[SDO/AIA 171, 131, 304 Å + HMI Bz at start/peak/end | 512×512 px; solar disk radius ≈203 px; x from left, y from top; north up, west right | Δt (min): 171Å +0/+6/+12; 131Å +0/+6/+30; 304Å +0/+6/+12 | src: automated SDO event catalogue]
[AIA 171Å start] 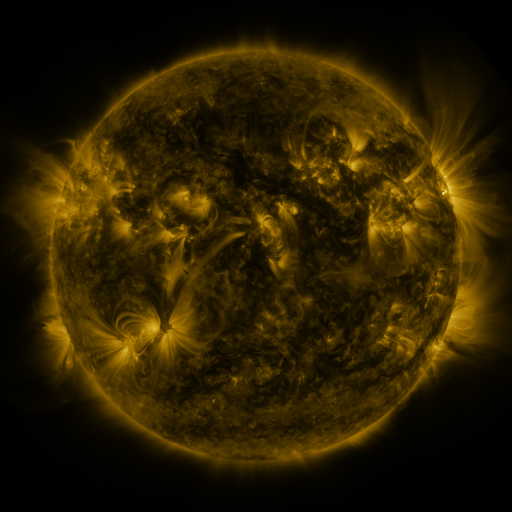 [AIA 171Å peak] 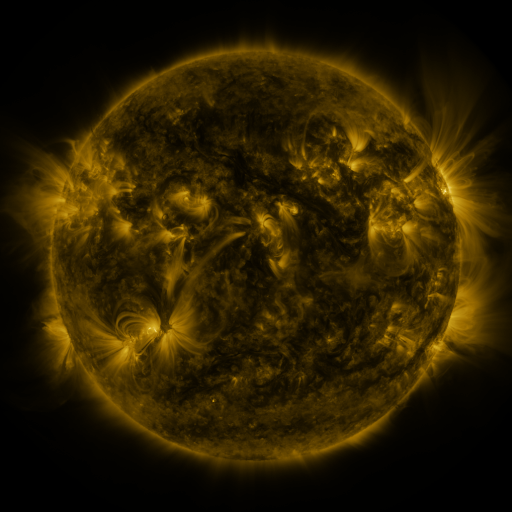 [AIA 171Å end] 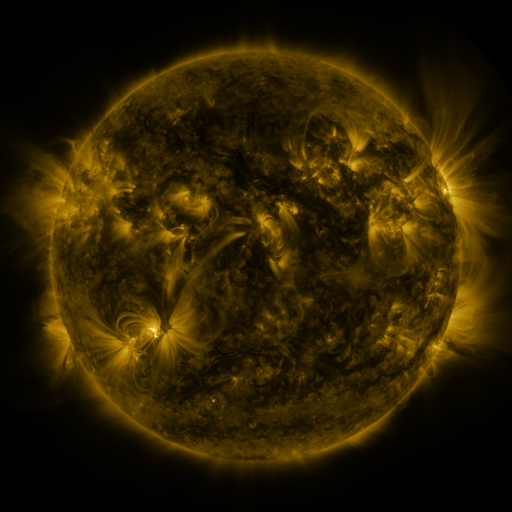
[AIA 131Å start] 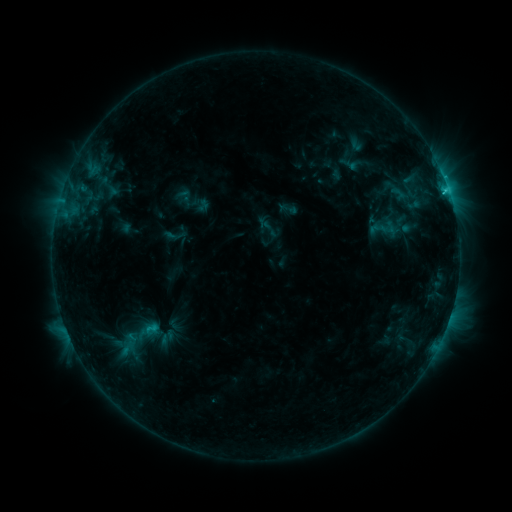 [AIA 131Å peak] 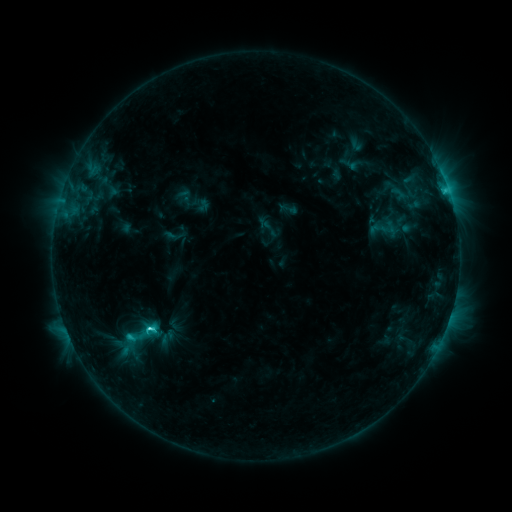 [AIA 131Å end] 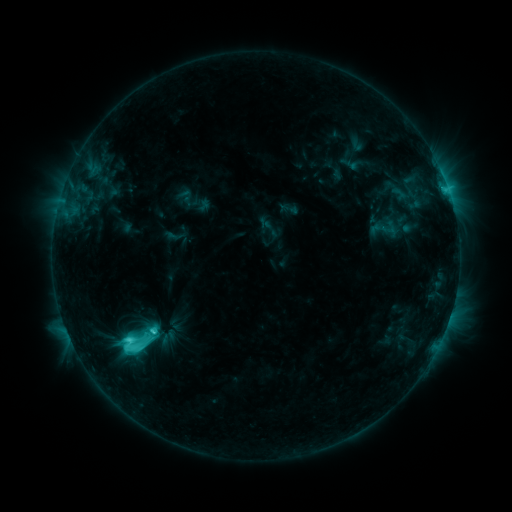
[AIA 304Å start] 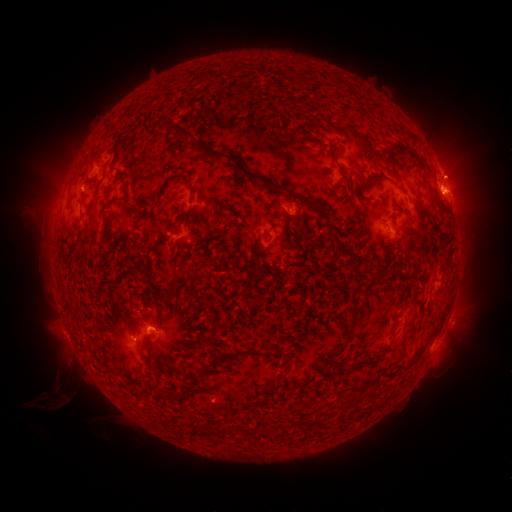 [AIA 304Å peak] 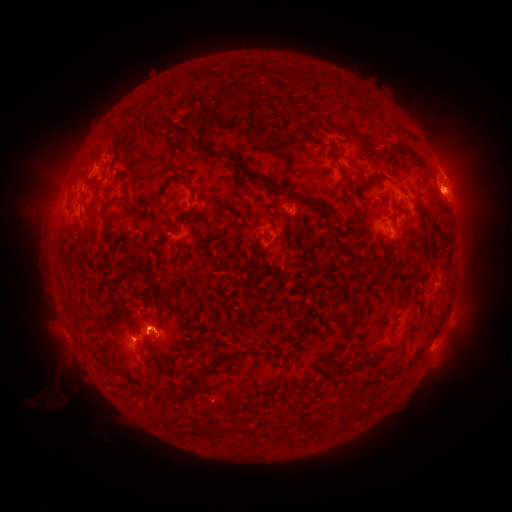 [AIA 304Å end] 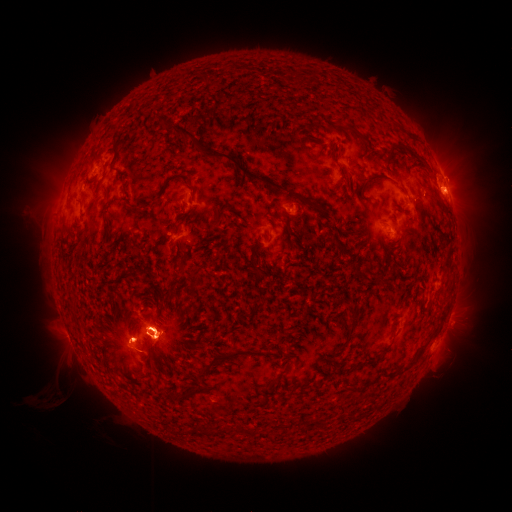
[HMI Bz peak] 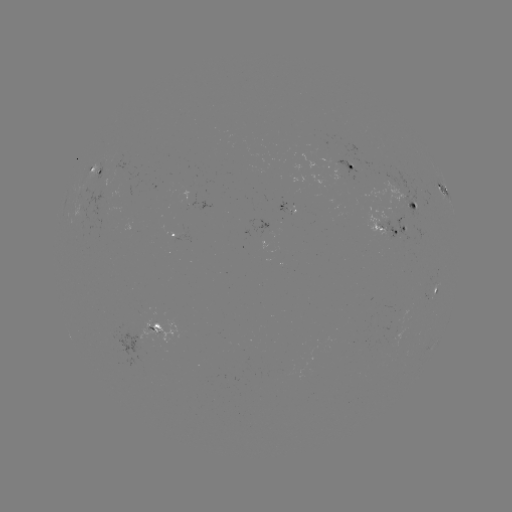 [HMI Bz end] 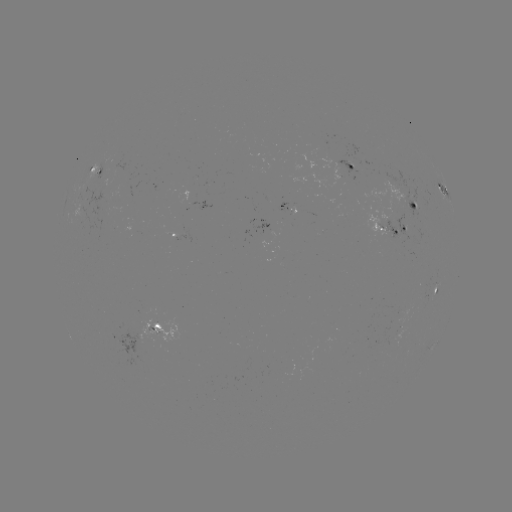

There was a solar eruption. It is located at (156, 332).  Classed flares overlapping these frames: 1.